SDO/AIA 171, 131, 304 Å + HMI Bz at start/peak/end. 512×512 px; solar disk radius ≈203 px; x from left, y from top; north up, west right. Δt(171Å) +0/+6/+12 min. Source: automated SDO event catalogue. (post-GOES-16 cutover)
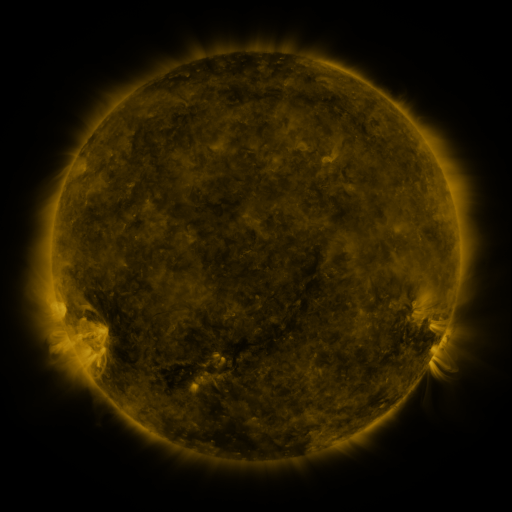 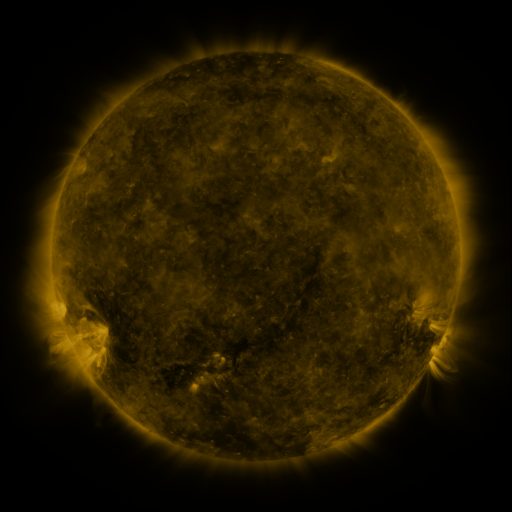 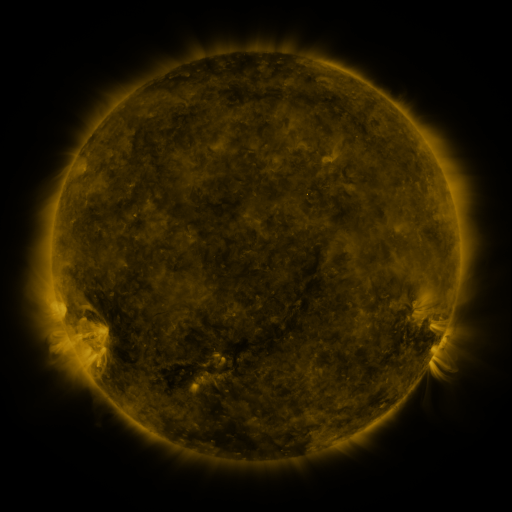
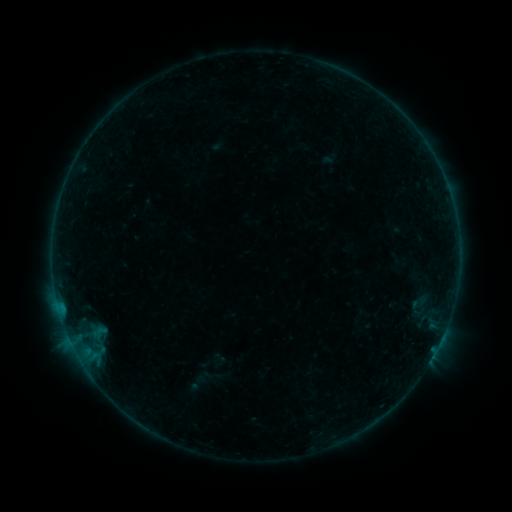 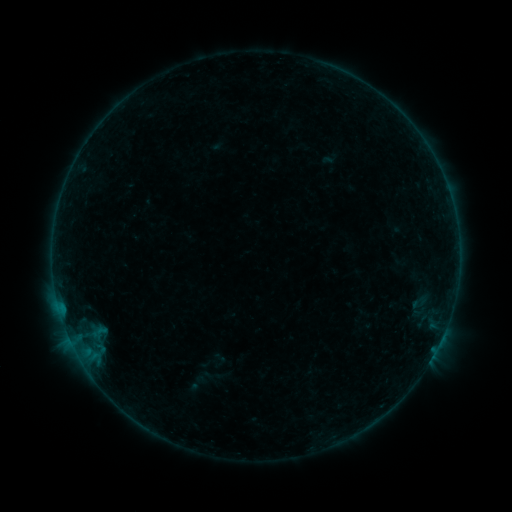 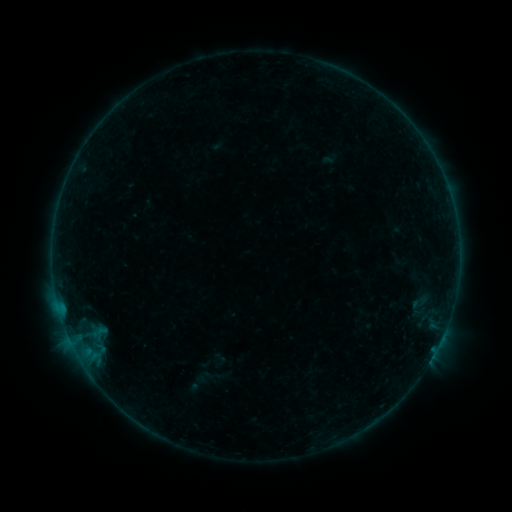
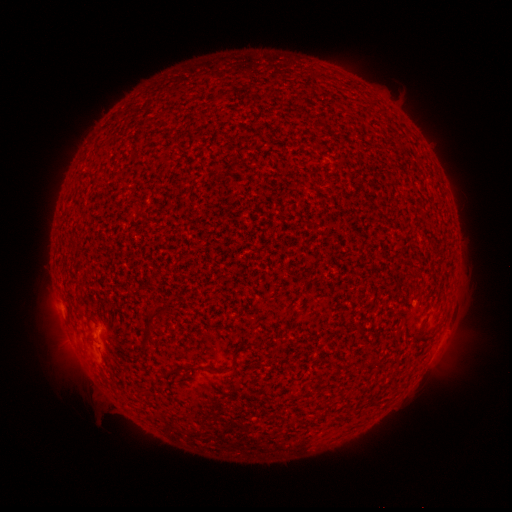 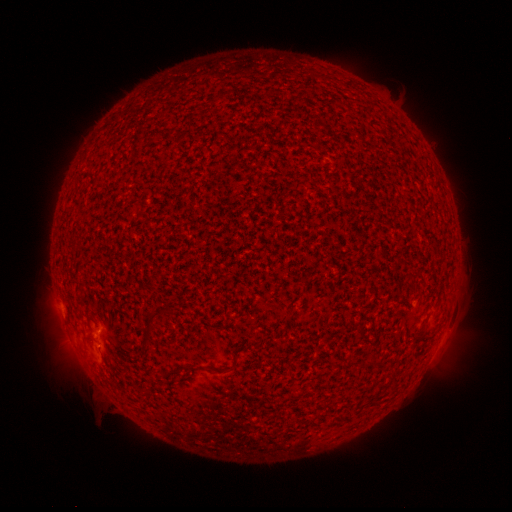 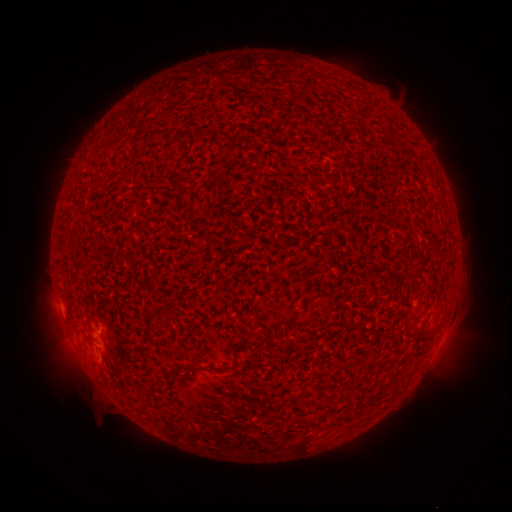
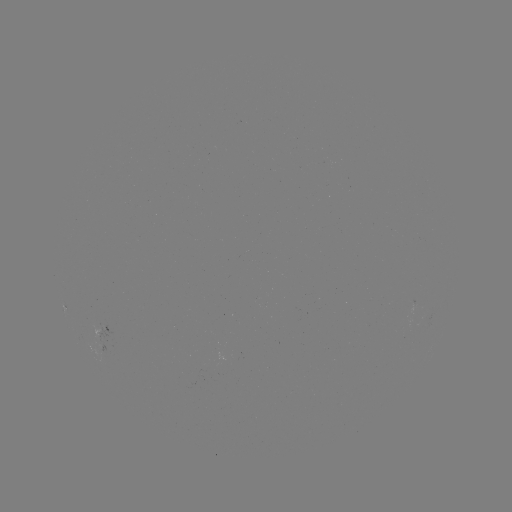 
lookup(A8.3 flare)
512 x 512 [99, 343]